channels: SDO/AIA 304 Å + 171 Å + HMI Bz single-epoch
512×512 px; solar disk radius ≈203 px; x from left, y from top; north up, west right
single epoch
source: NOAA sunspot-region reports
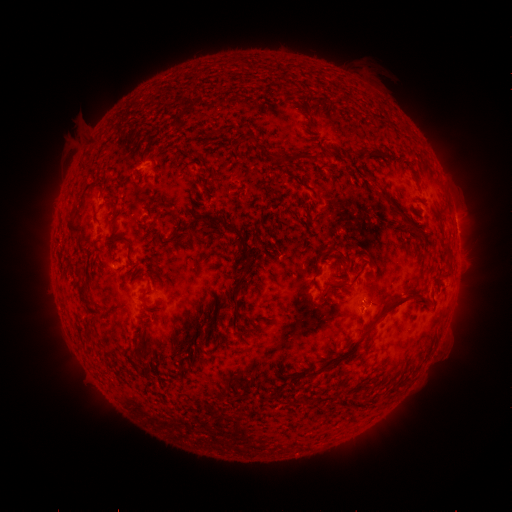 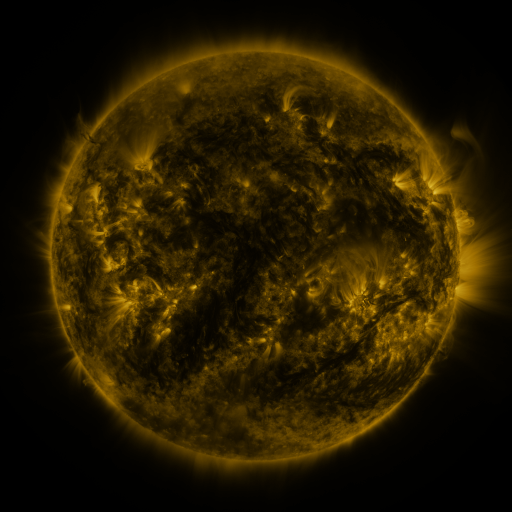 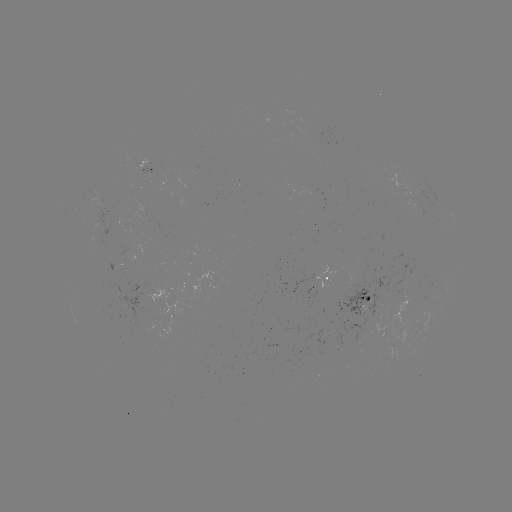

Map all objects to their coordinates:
spotted active region: (144, 167)
spotted active region: (111, 212)
spotted active region: (456, 223)
spotted active region: (330, 283)
spotted active region: (370, 302)
